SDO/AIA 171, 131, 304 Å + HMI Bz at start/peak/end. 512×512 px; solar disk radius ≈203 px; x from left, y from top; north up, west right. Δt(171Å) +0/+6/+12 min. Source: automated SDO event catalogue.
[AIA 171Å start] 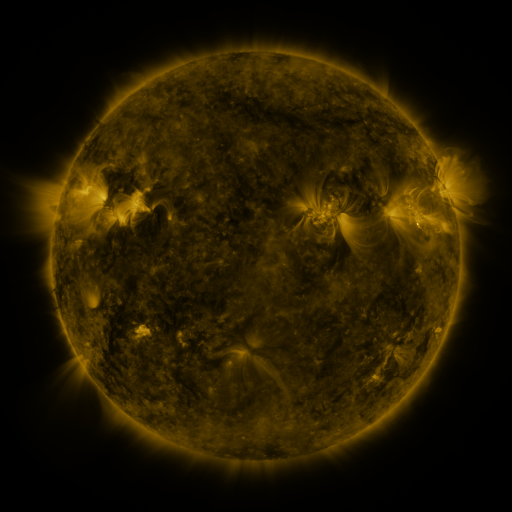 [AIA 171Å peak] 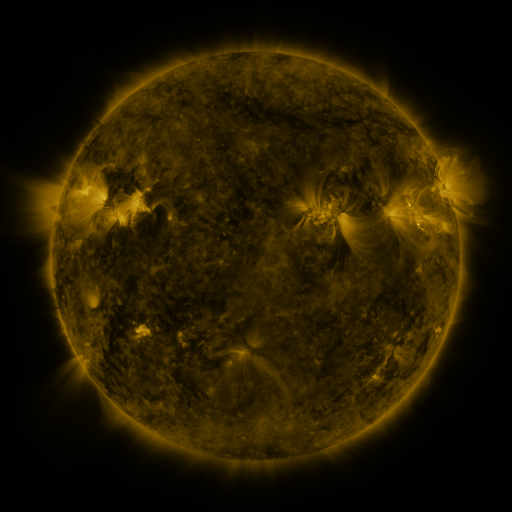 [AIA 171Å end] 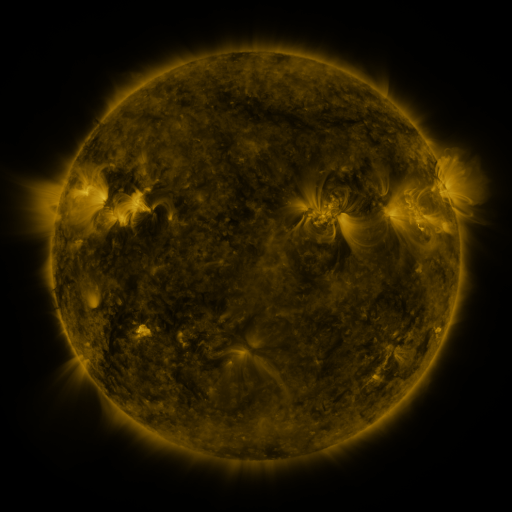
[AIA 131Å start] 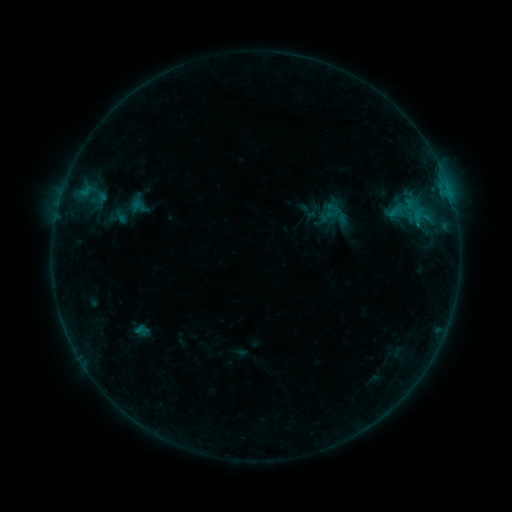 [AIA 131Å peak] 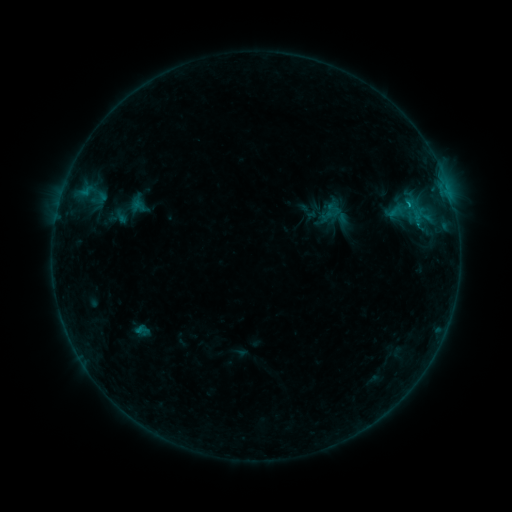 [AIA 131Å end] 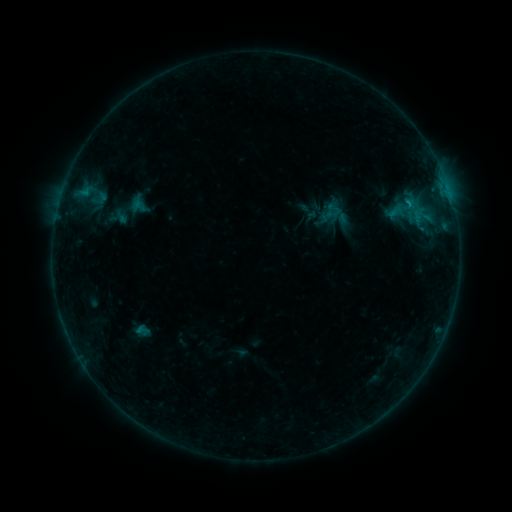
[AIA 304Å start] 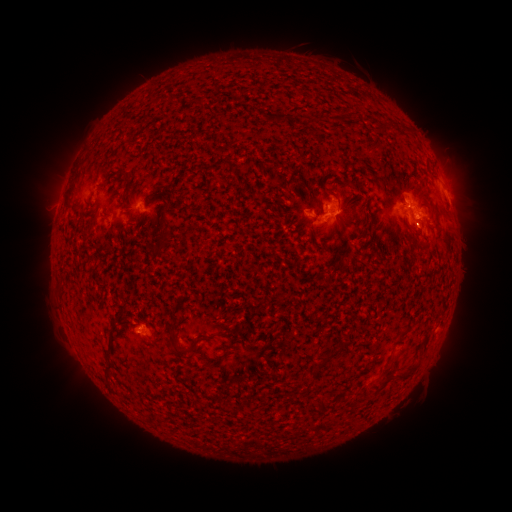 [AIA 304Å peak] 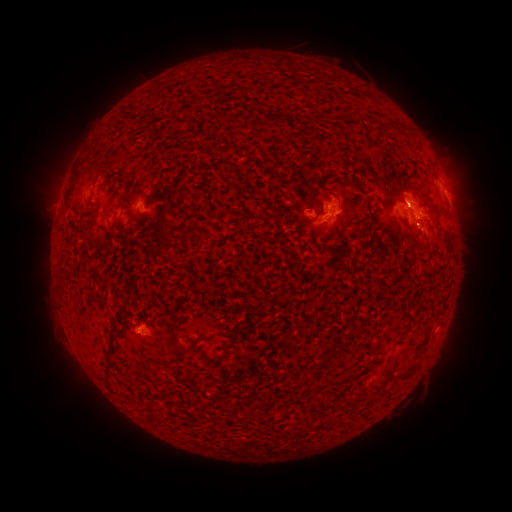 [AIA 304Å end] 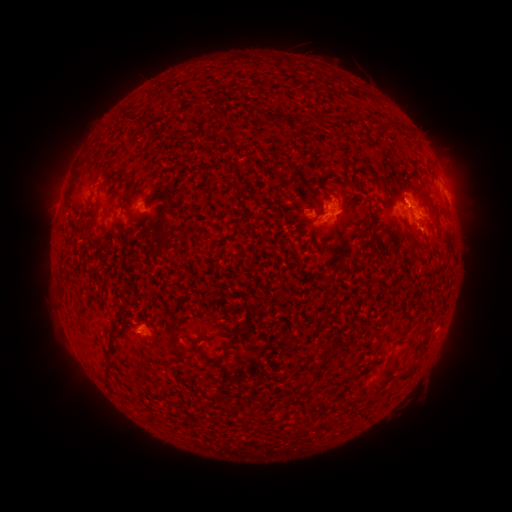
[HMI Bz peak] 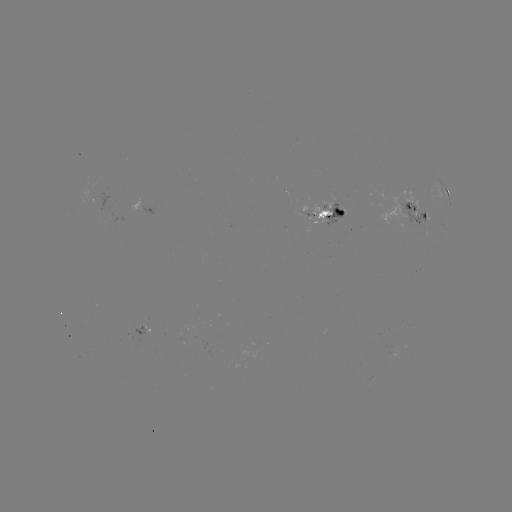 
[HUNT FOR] B8.3 flare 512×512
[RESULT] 406,206